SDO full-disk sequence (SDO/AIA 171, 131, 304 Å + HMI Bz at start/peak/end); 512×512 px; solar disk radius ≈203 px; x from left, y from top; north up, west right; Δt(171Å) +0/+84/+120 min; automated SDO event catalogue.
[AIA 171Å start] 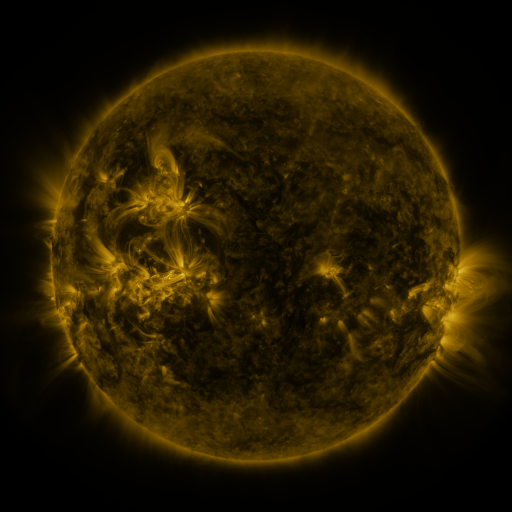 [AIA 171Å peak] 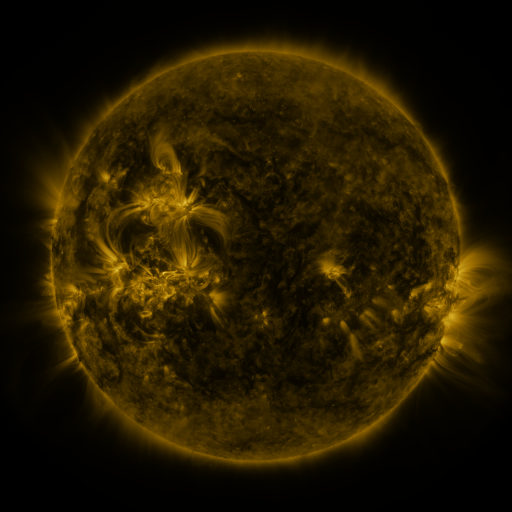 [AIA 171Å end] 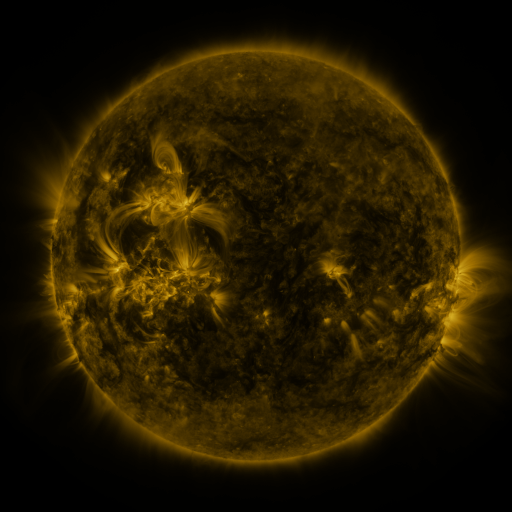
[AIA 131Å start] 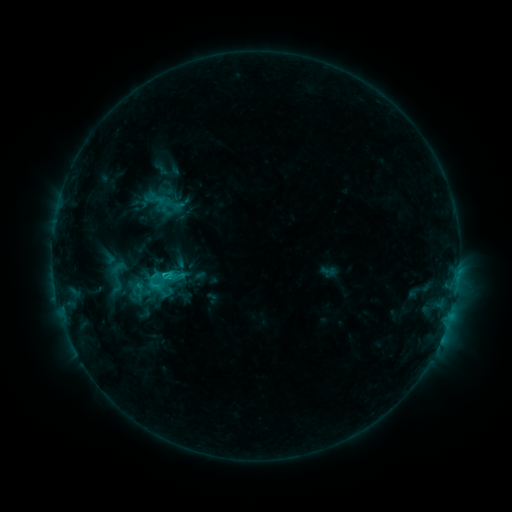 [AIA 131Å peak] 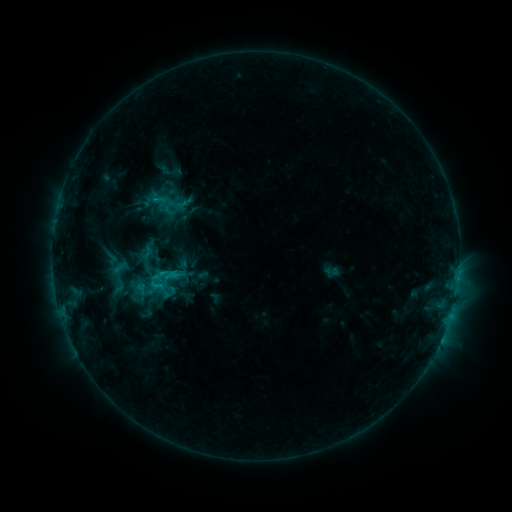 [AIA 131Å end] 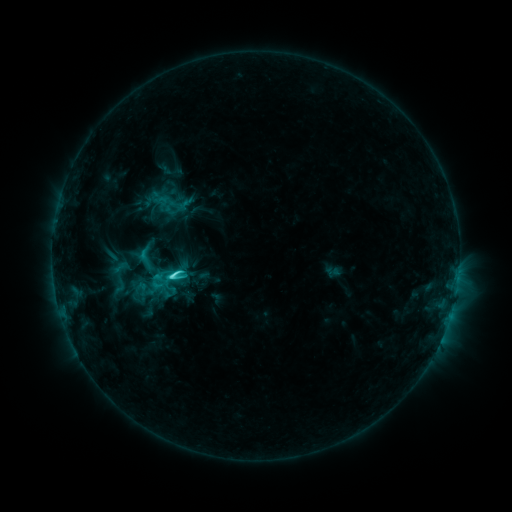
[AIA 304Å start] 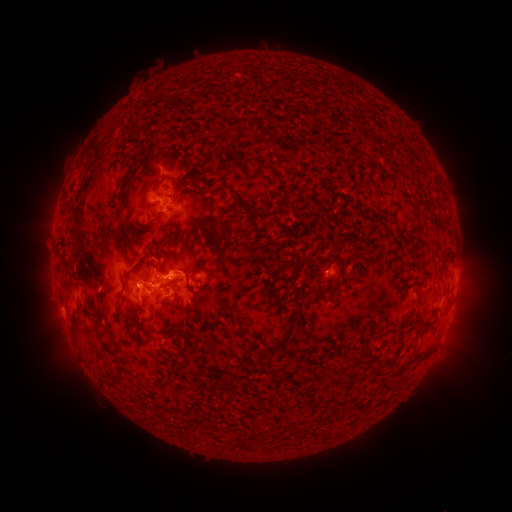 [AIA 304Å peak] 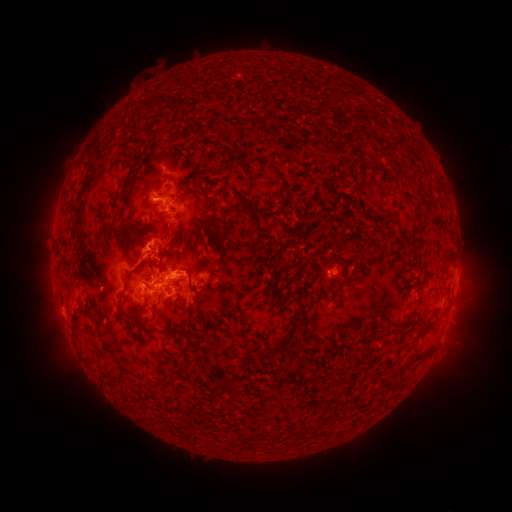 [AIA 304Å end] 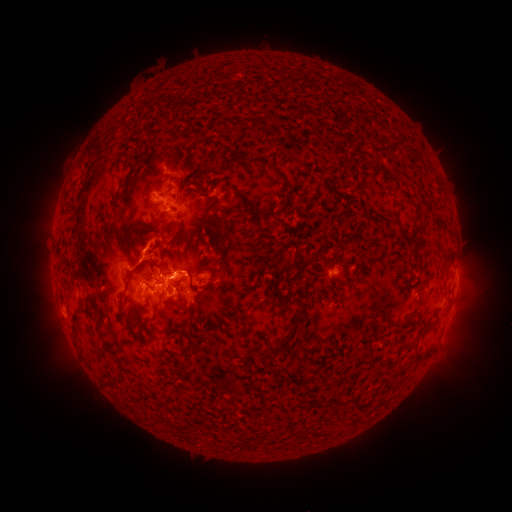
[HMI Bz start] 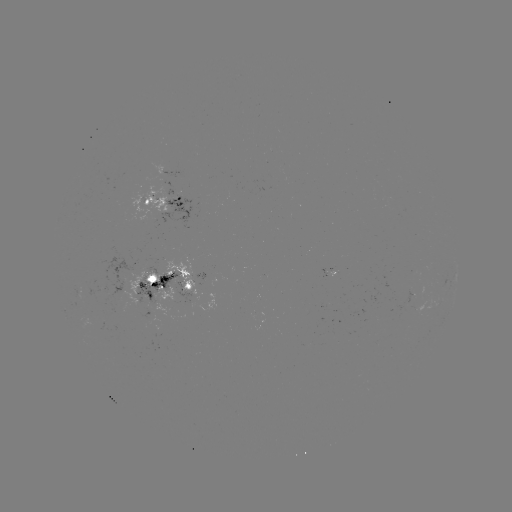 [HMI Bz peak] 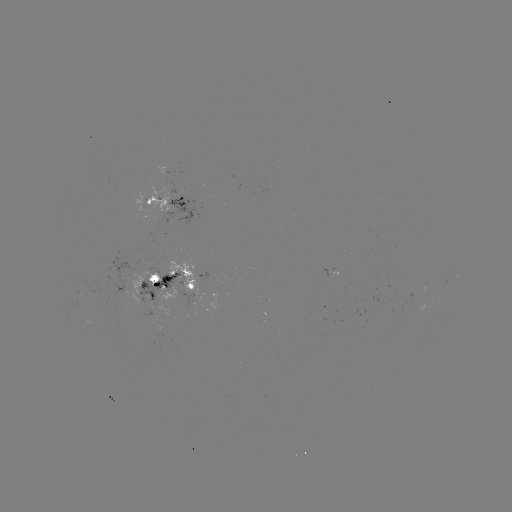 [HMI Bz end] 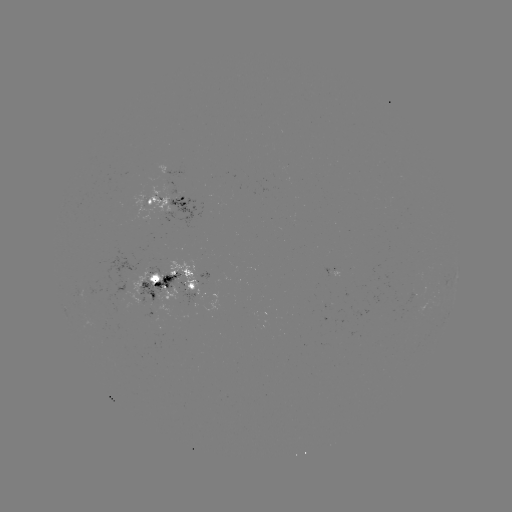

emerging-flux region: [175, 283, 200, 306]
